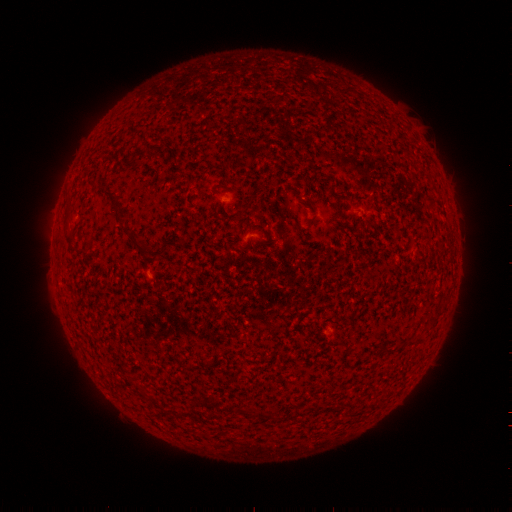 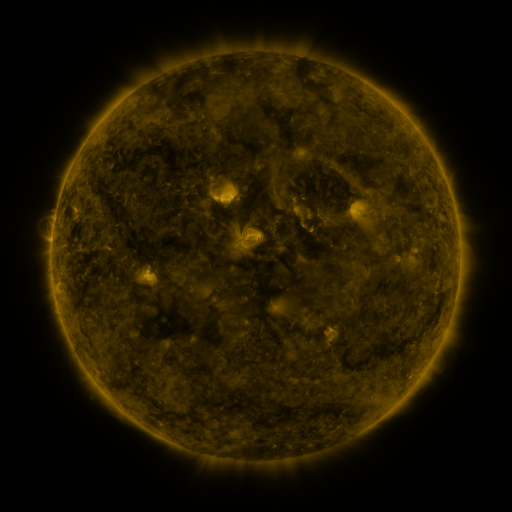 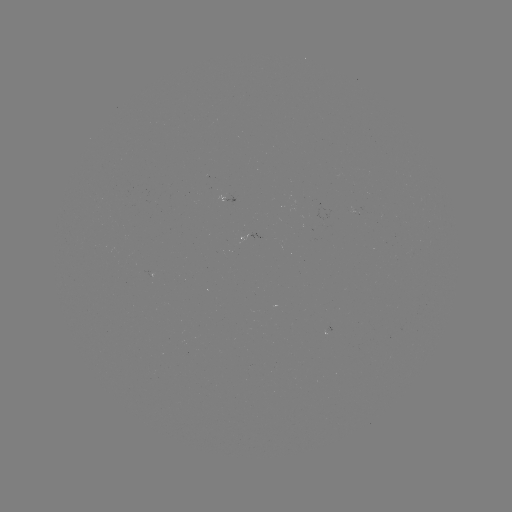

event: spotted active region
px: (256, 236)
